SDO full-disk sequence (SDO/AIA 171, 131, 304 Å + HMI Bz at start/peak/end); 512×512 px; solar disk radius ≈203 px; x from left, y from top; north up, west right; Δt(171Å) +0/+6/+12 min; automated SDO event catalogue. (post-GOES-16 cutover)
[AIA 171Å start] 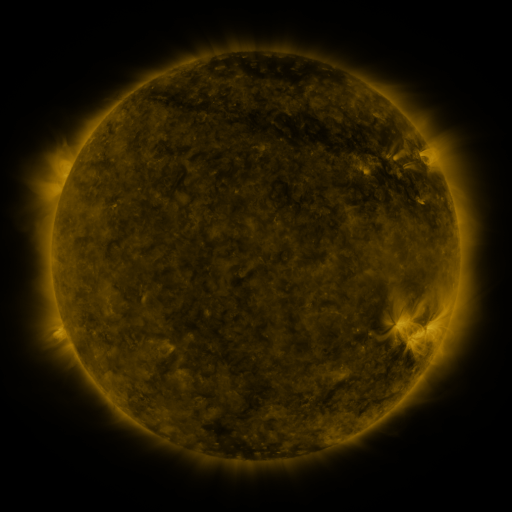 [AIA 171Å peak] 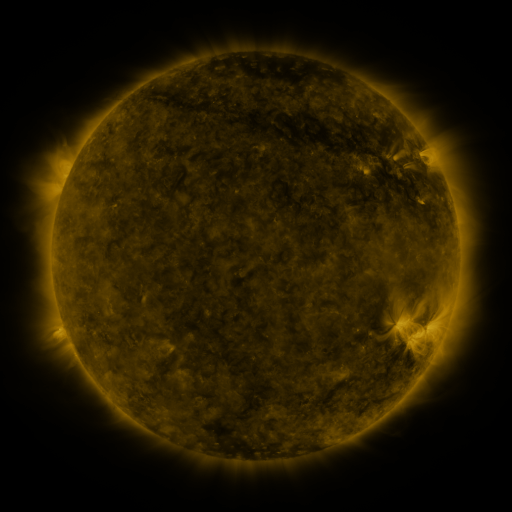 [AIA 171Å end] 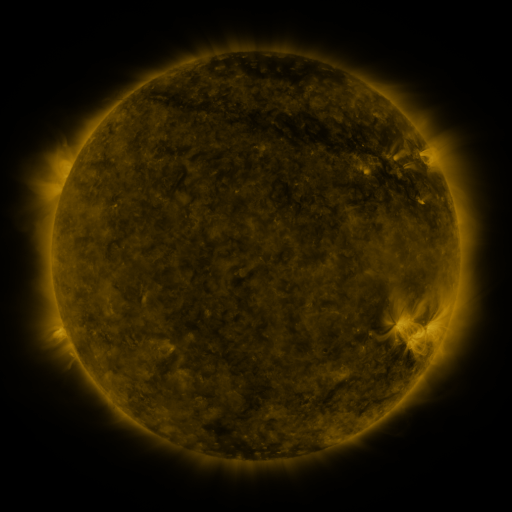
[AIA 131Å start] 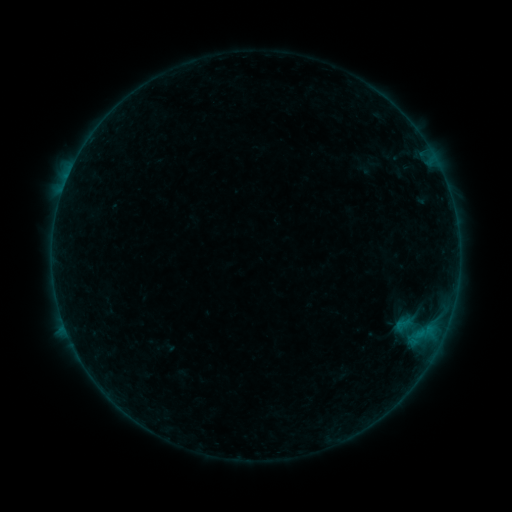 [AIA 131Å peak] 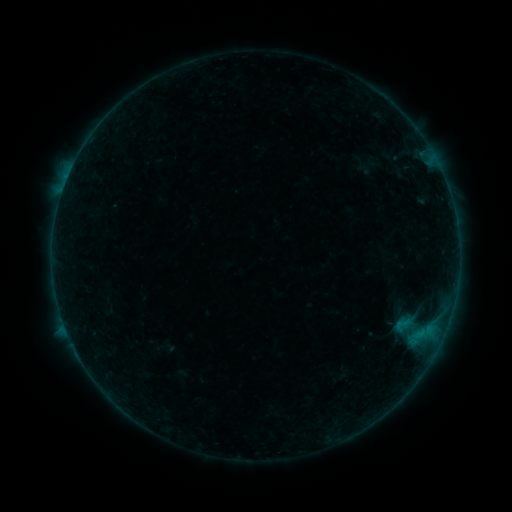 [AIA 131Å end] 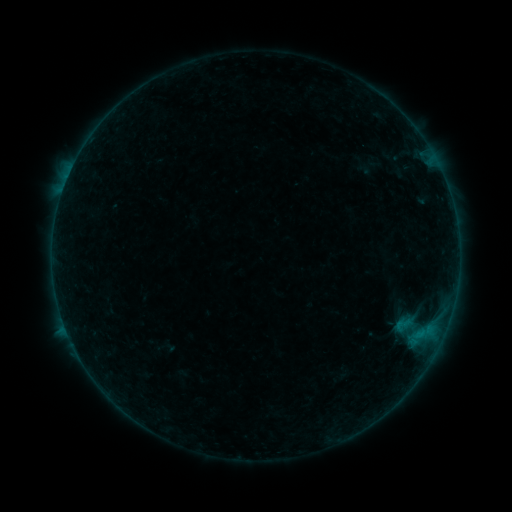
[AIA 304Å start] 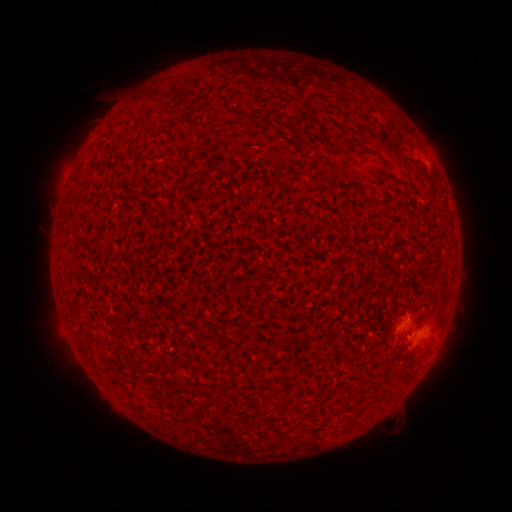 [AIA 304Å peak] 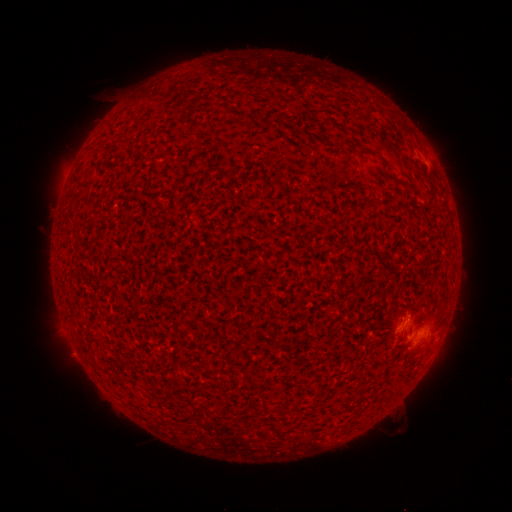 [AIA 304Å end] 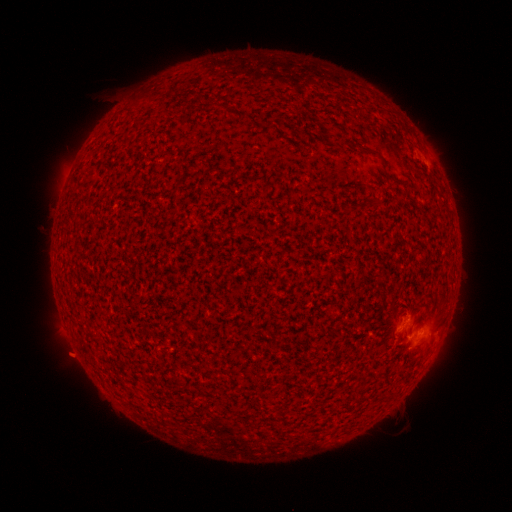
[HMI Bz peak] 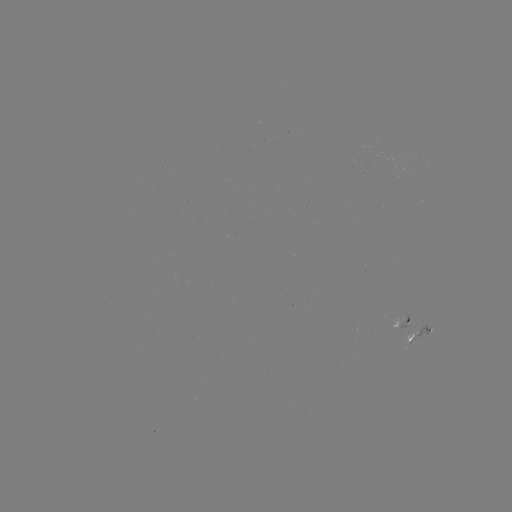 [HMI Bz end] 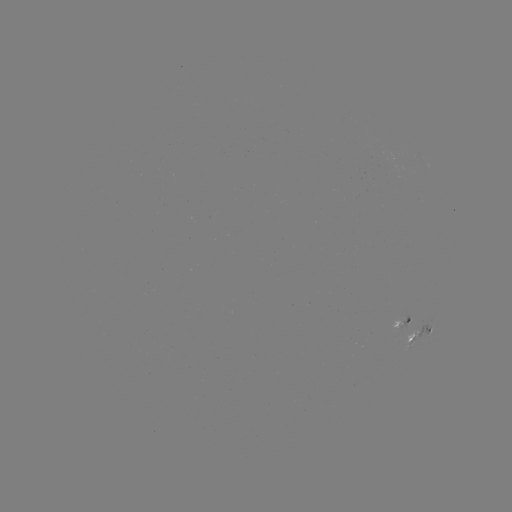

no catalogued flare and no flagged EUV brightening in this window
